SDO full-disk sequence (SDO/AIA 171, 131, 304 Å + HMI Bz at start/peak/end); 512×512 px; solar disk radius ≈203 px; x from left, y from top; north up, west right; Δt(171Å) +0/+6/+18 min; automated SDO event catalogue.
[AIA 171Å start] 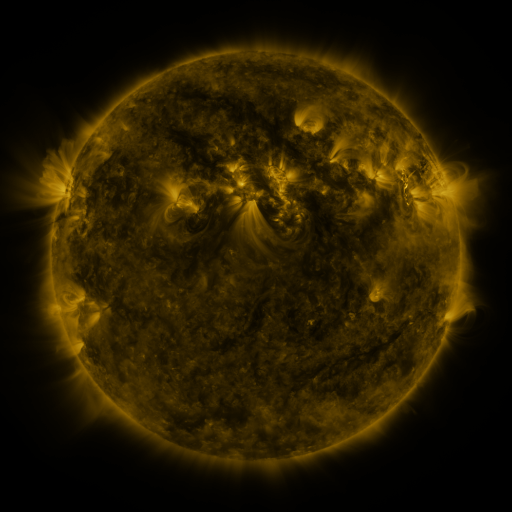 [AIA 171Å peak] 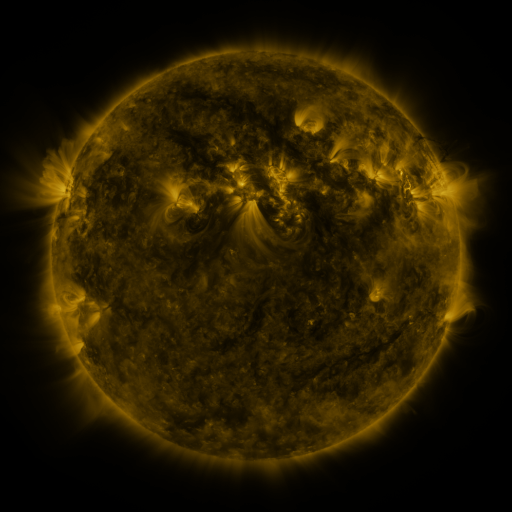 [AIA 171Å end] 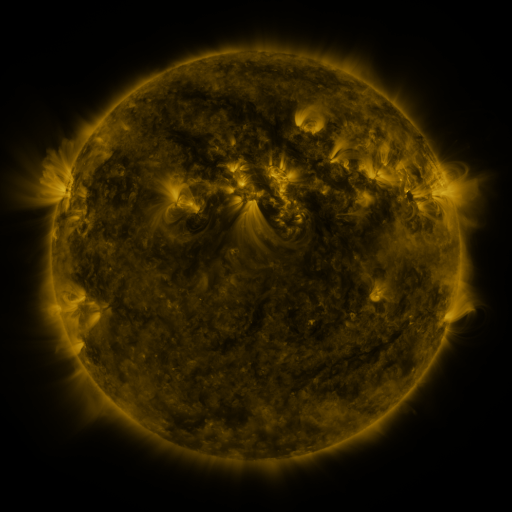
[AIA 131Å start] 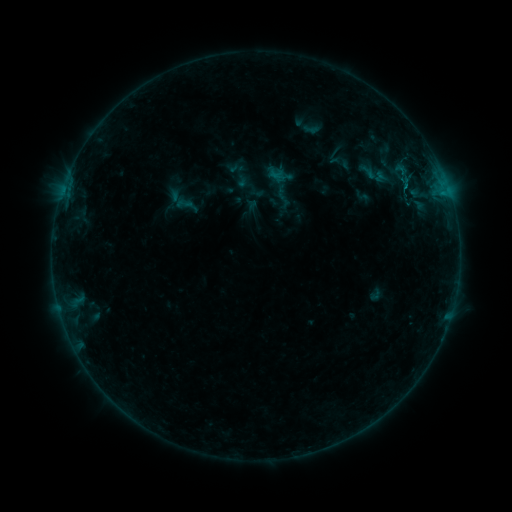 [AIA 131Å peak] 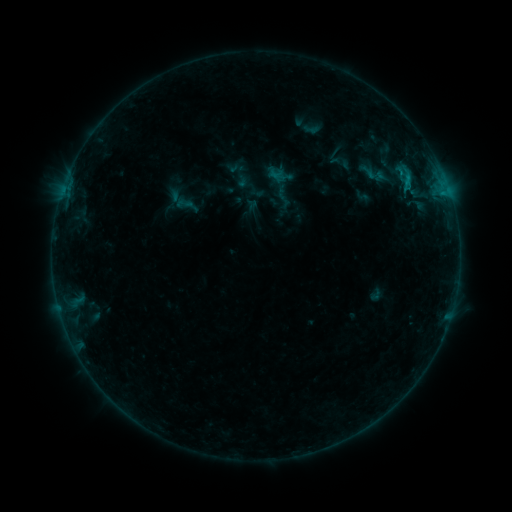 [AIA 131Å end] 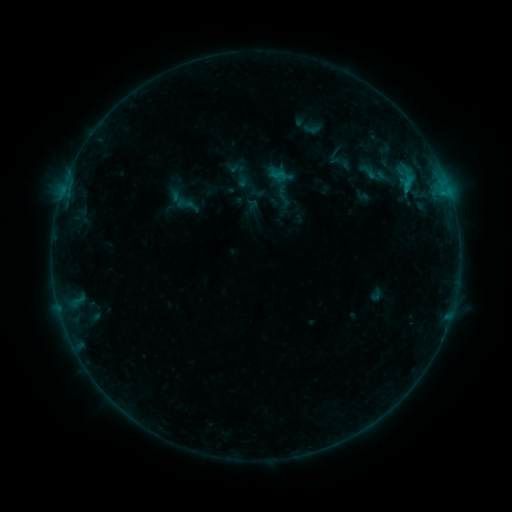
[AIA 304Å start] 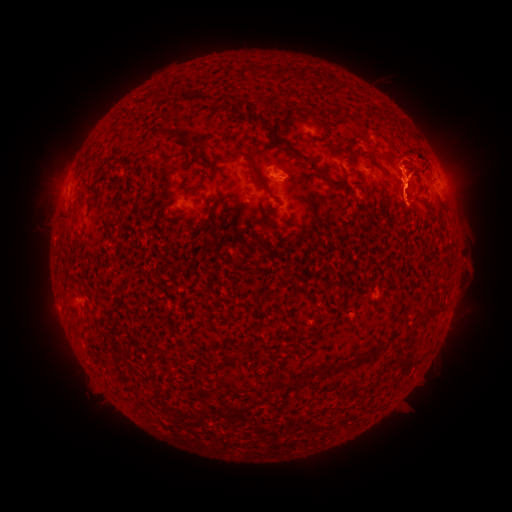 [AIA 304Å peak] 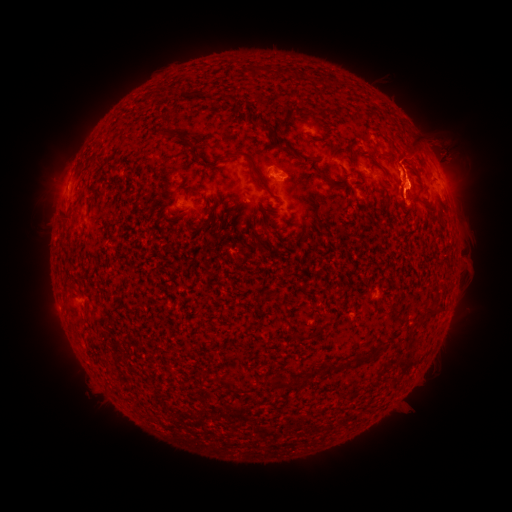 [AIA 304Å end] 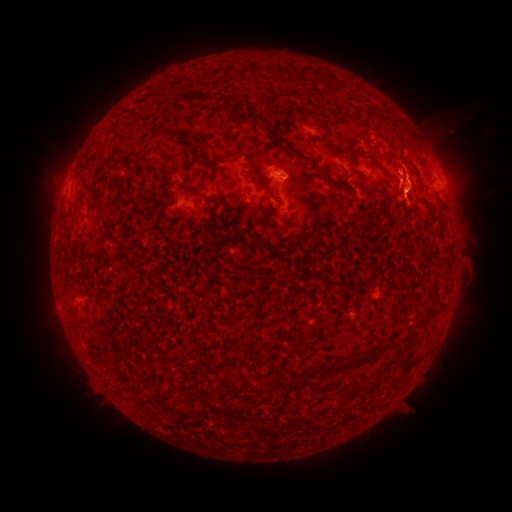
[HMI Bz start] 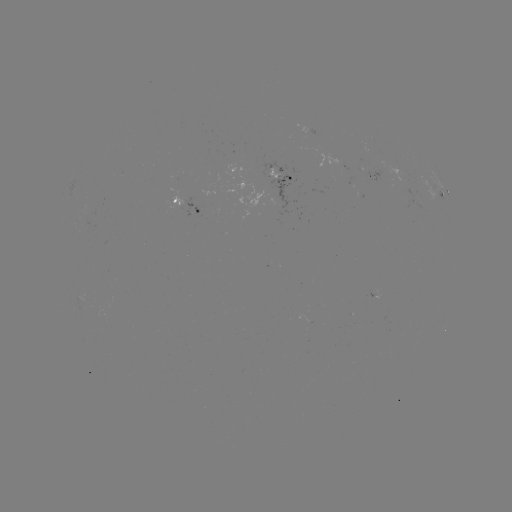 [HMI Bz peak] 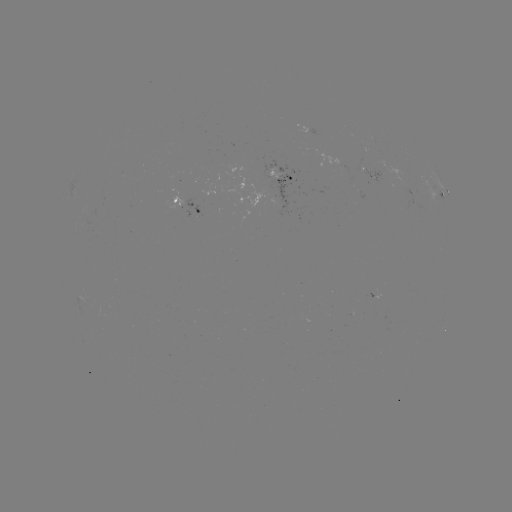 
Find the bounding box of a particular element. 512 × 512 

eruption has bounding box [366, 74, 497, 255].